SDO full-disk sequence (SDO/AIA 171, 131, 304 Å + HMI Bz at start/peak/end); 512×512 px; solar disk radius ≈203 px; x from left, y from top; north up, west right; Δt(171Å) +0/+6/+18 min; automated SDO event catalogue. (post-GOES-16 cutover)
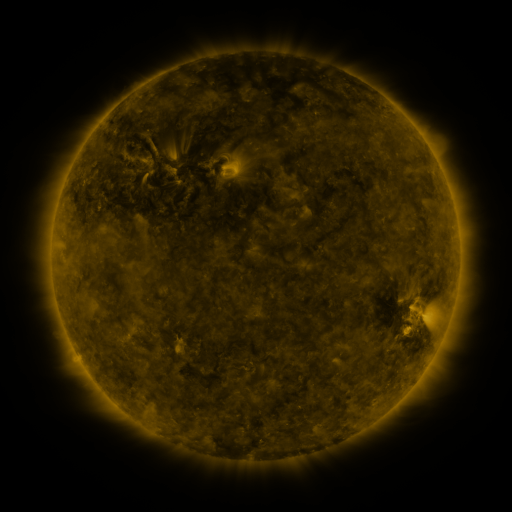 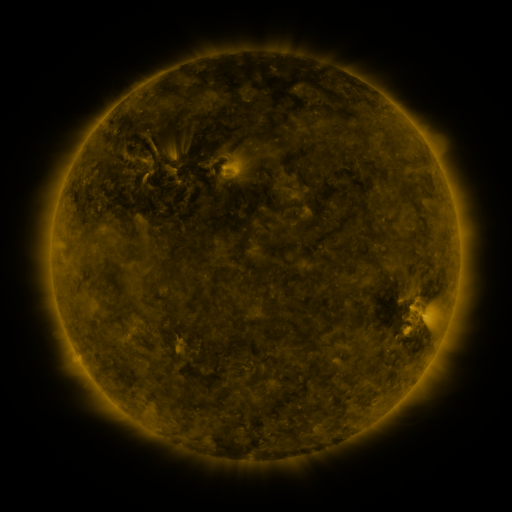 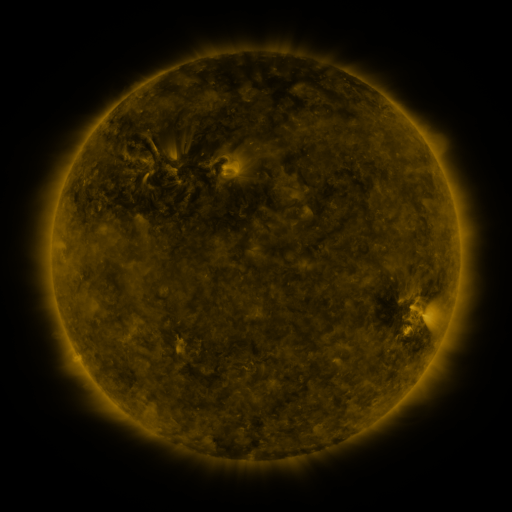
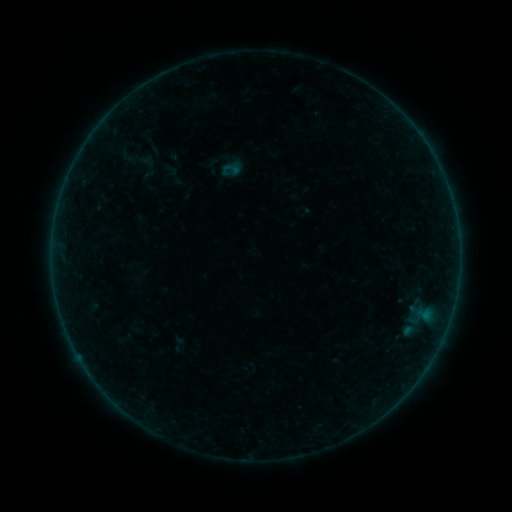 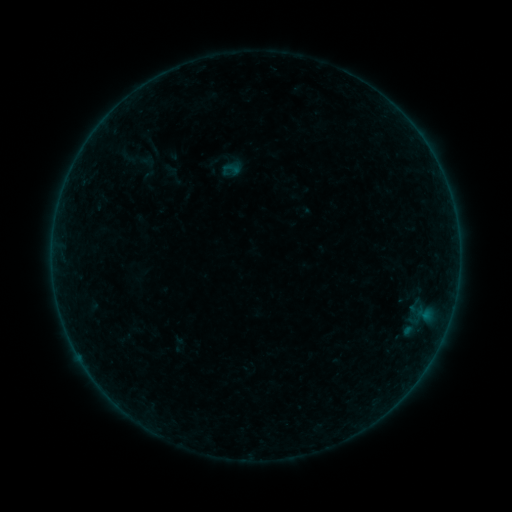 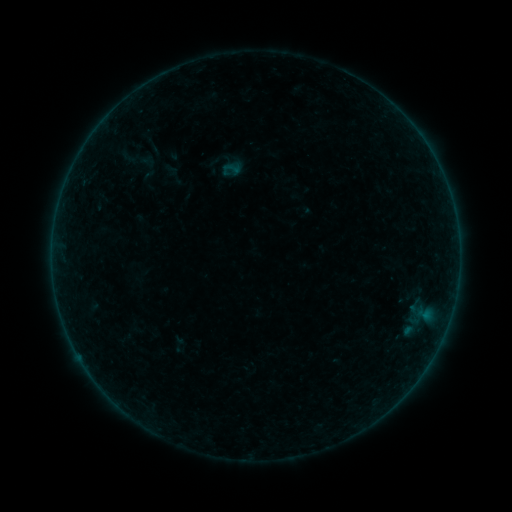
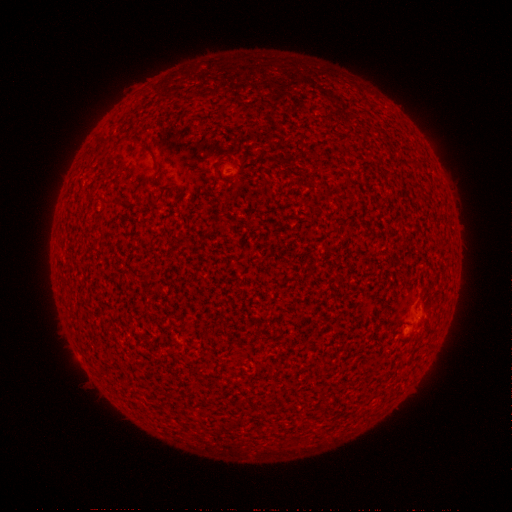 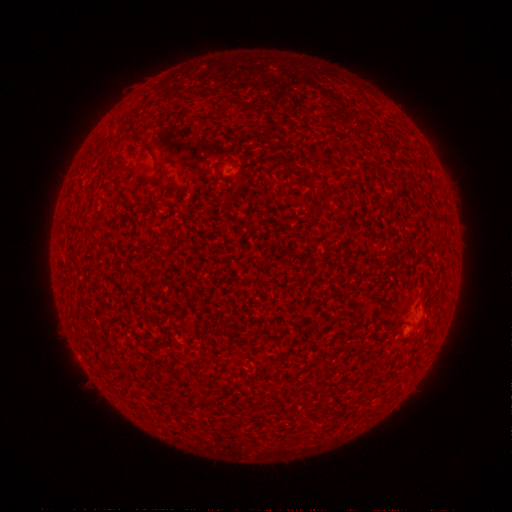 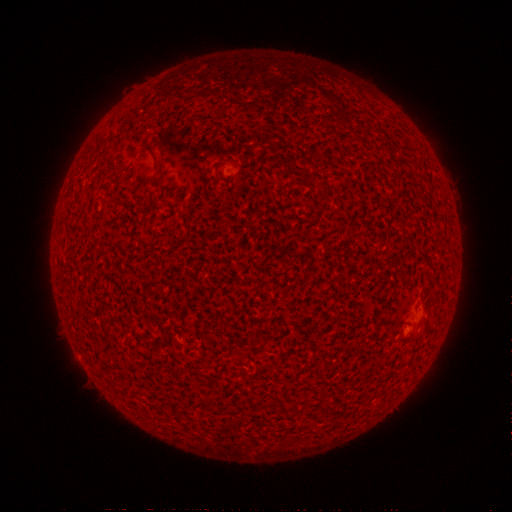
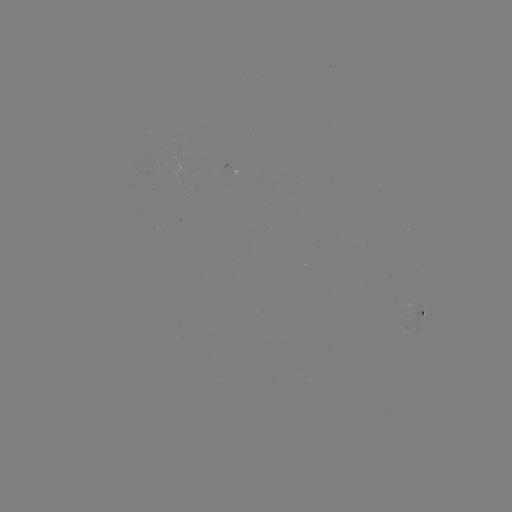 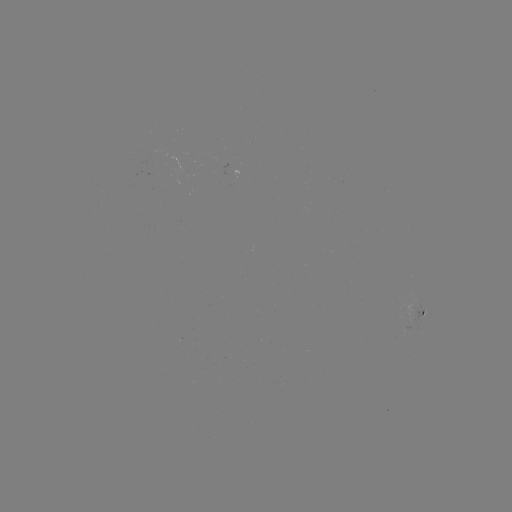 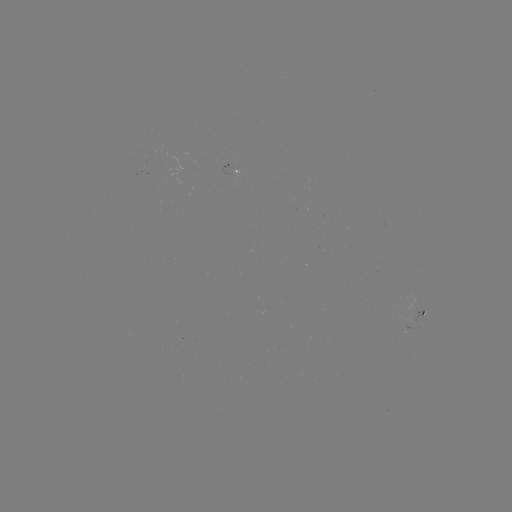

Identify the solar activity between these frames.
A3.4 flare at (428, 149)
